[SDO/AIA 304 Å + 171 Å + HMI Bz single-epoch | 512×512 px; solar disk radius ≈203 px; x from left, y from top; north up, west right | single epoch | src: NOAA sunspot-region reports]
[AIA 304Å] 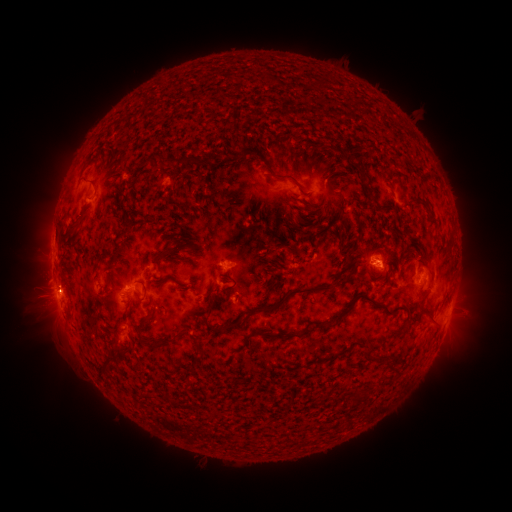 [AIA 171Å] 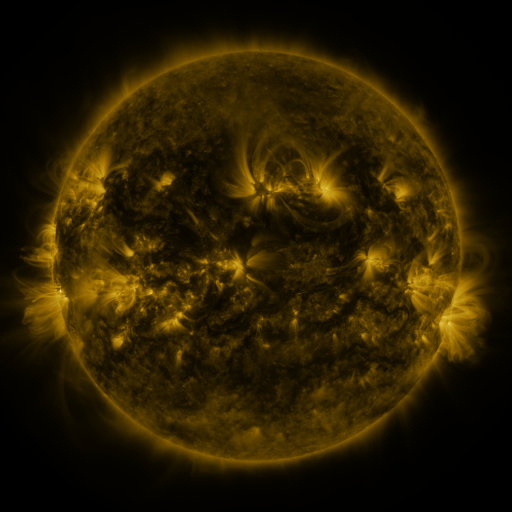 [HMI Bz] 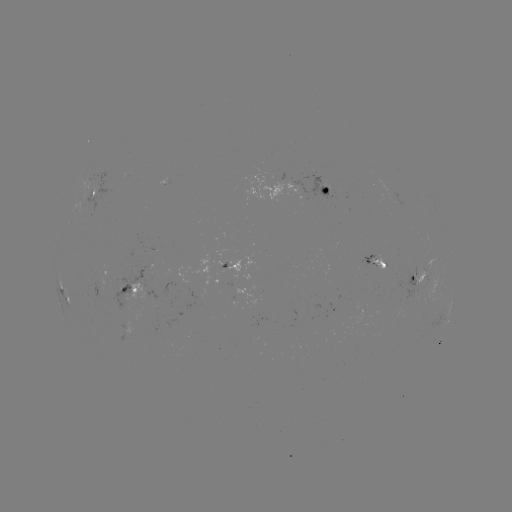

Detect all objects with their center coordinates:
spotted active region: (333, 188)
spotted active region: (91, 196)
spotted active region: (374, 260)
spotted active region: (108, 270)
spotted active region: (197, 271)
spotted active region: (427, 278)
spotted active region: (132, 289)
spotted active region: (67, 301)
spotted active region: (448, 316)
